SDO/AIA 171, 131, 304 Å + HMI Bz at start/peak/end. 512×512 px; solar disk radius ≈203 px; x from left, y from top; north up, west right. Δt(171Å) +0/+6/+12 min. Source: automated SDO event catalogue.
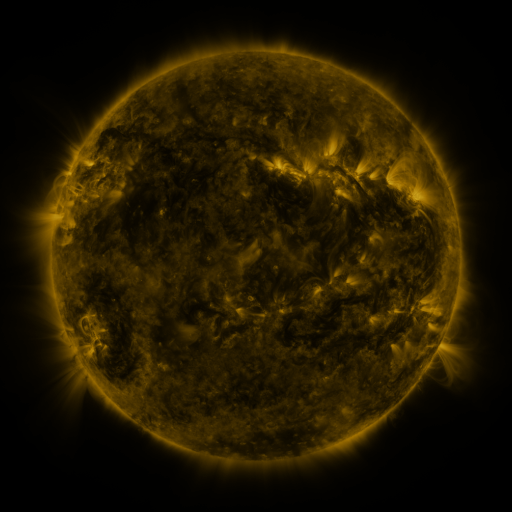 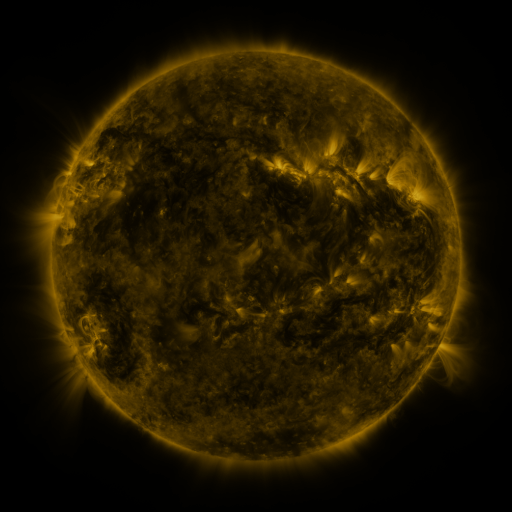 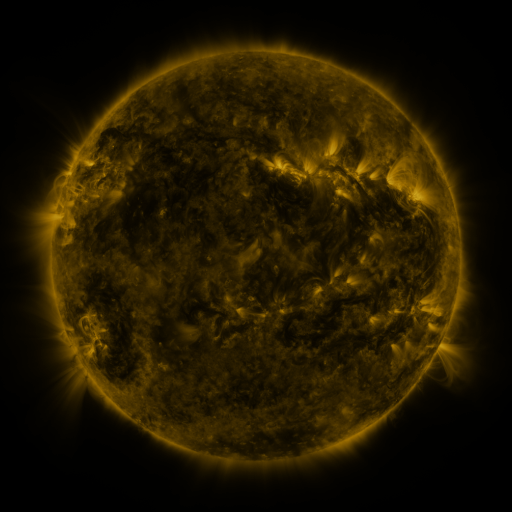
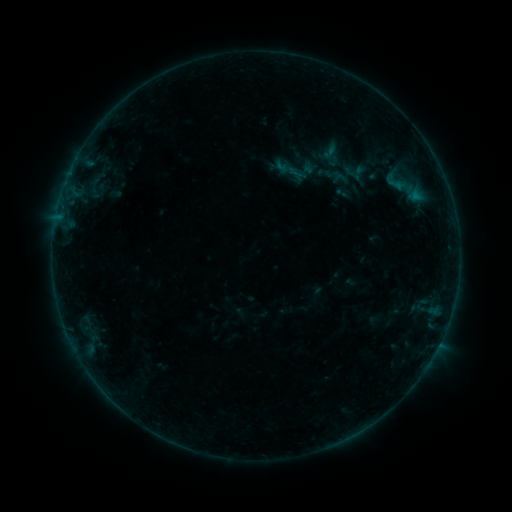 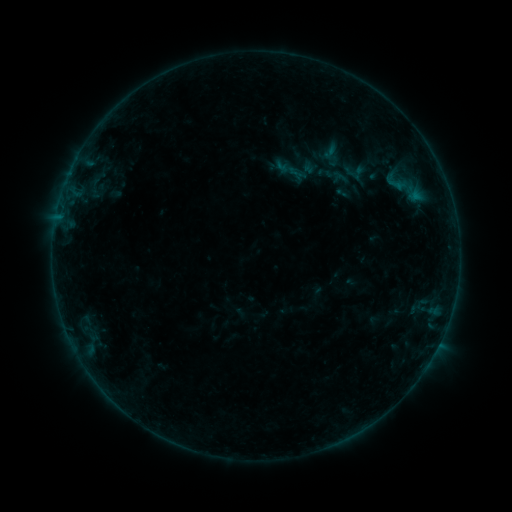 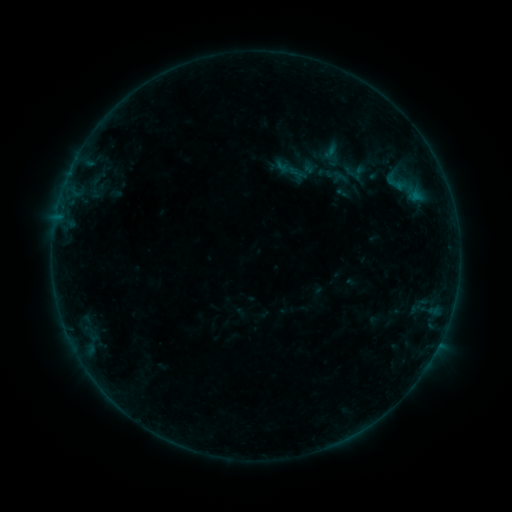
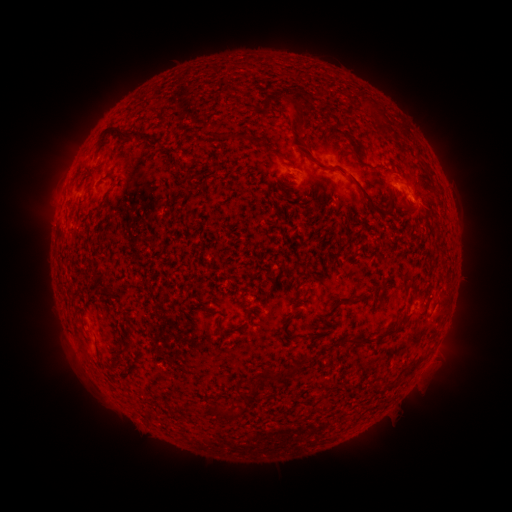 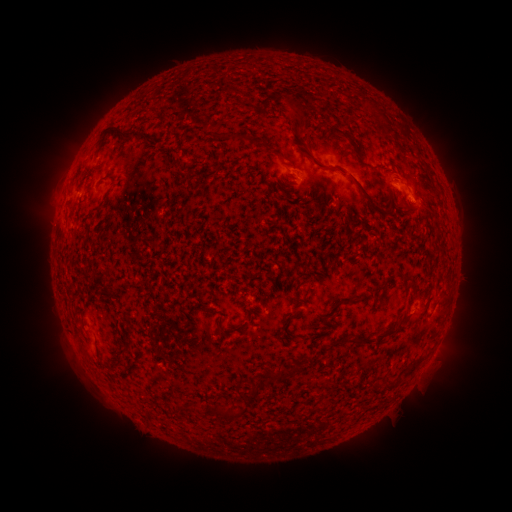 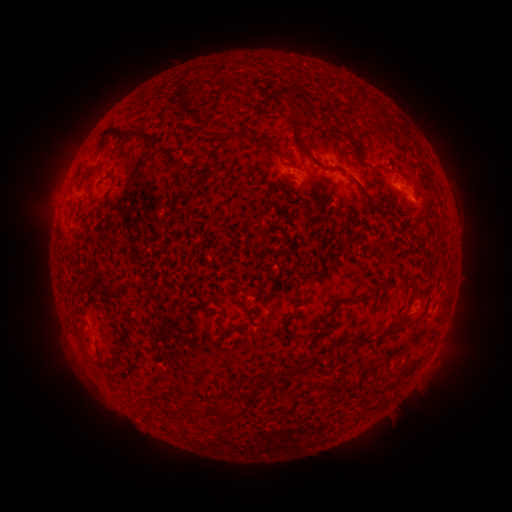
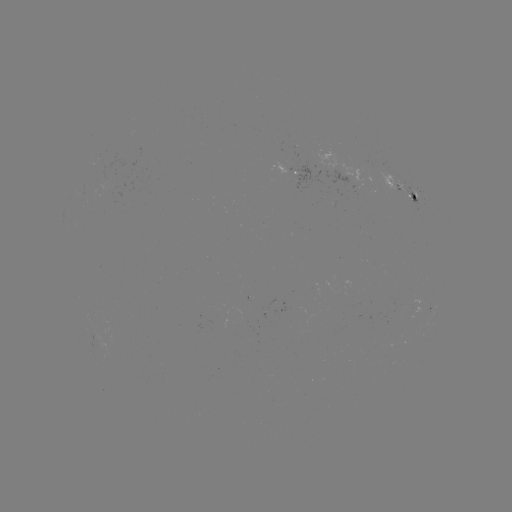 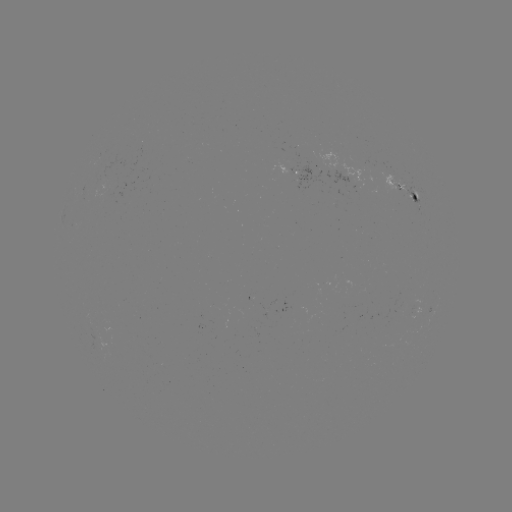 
no catalogued flare and no flagged EUV brightening in this window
